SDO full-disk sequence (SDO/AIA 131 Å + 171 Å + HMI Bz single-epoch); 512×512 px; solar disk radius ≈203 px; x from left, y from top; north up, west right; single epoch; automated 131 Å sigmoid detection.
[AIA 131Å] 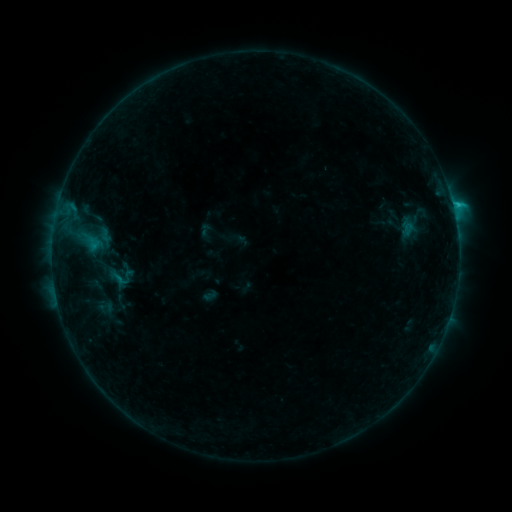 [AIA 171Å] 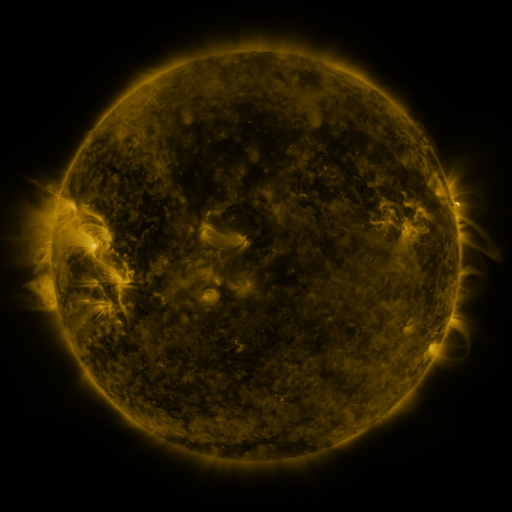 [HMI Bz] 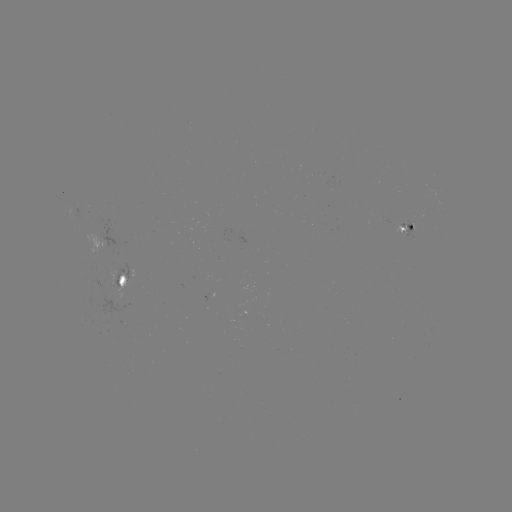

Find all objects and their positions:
sigmoid: (105, 308)
